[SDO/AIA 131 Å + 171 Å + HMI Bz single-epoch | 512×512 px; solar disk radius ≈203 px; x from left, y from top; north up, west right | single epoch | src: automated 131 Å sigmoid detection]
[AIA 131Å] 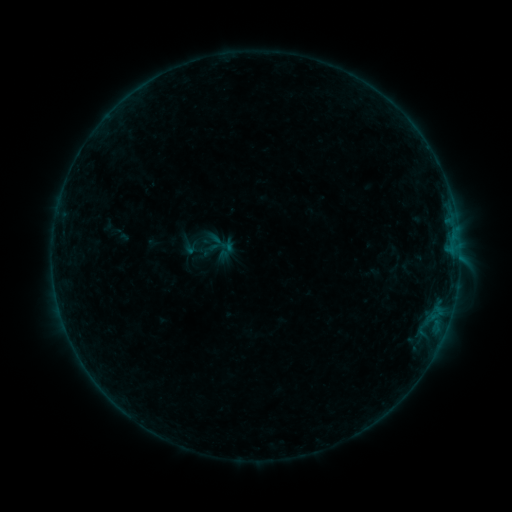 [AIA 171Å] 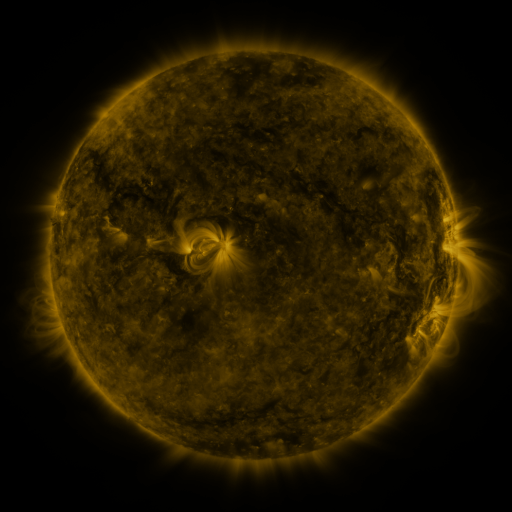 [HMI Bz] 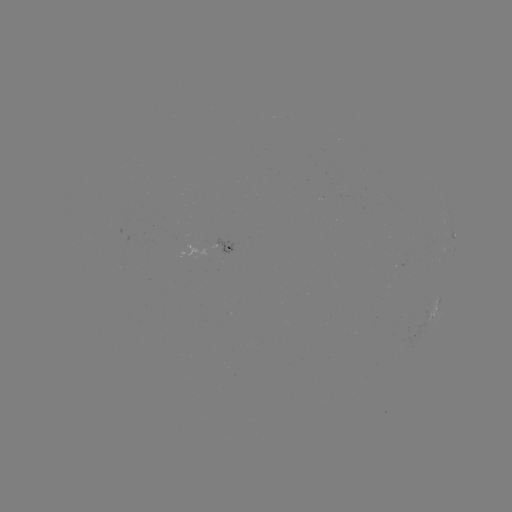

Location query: sigmoid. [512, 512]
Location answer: [220, 247].